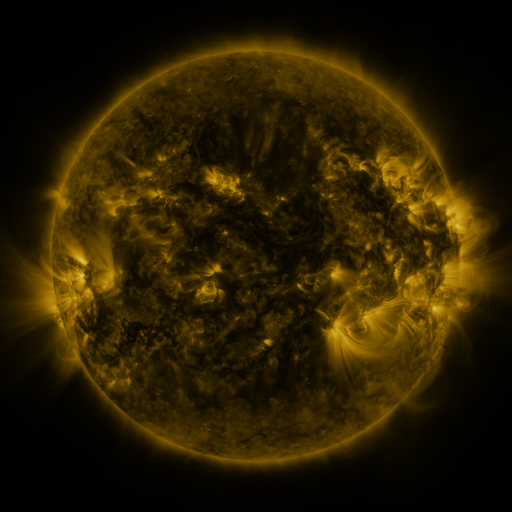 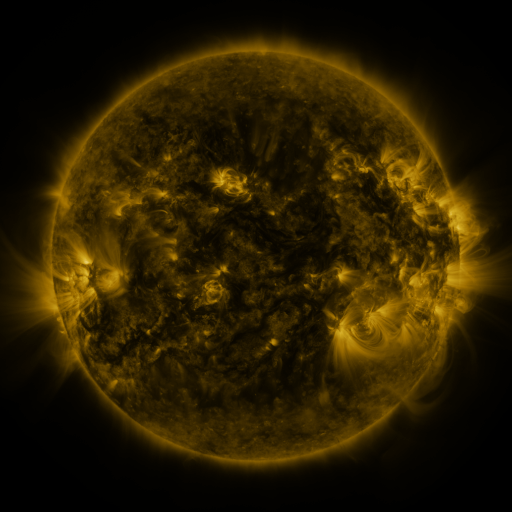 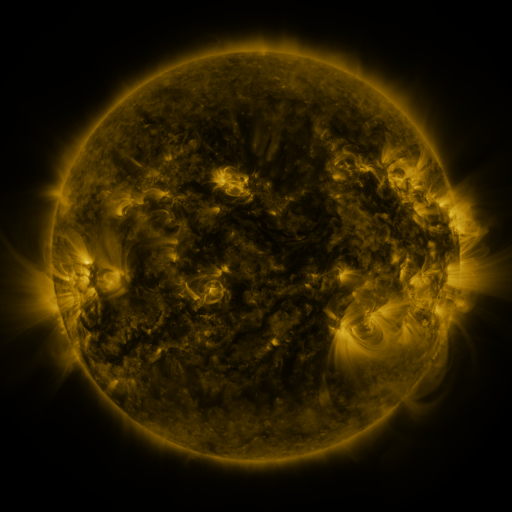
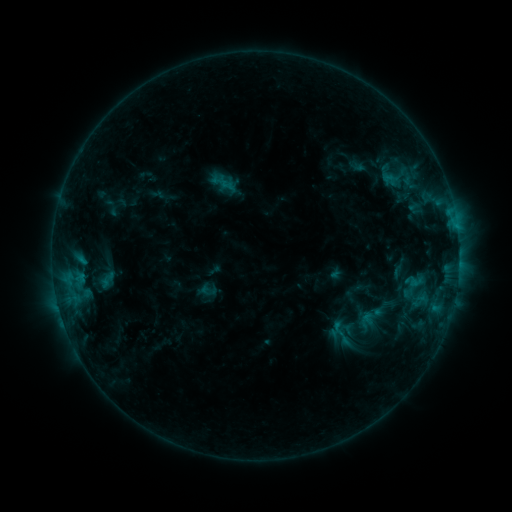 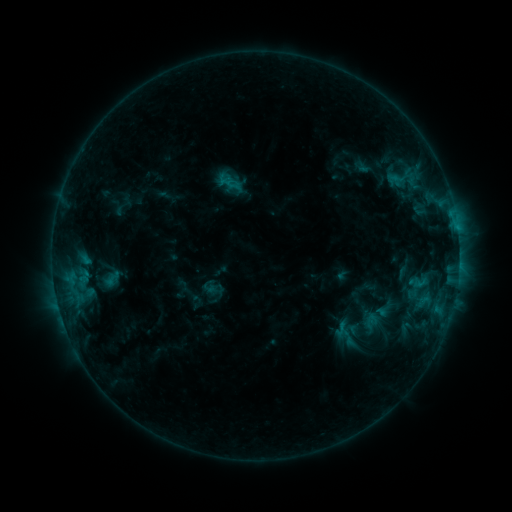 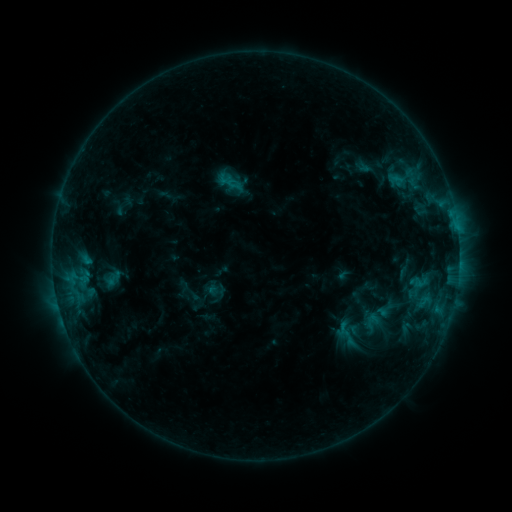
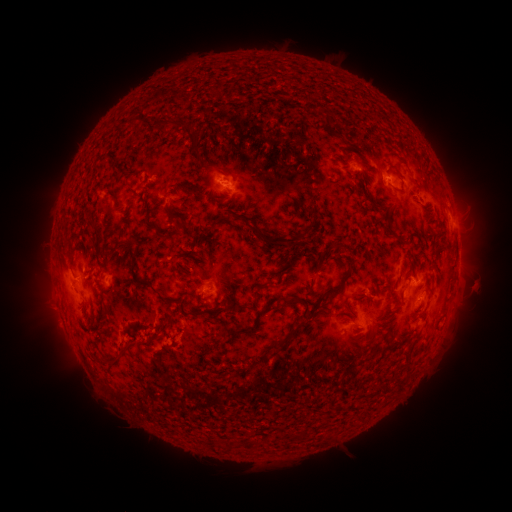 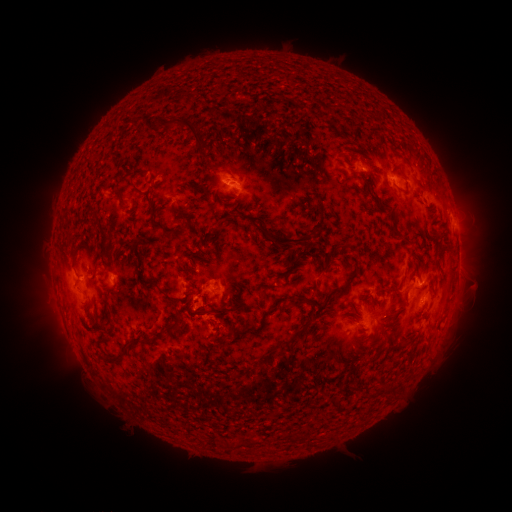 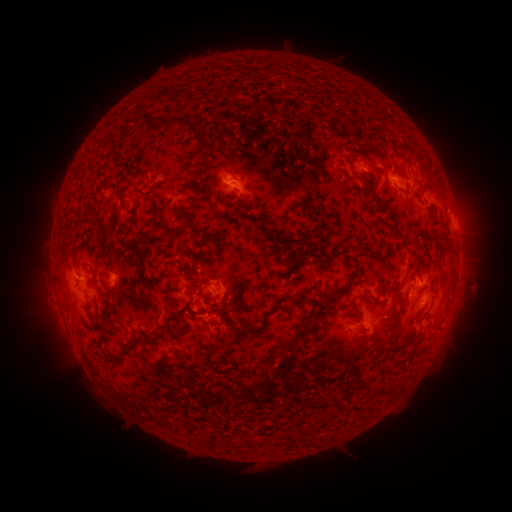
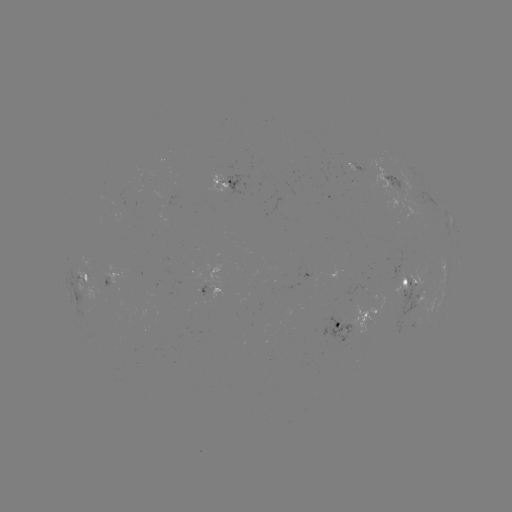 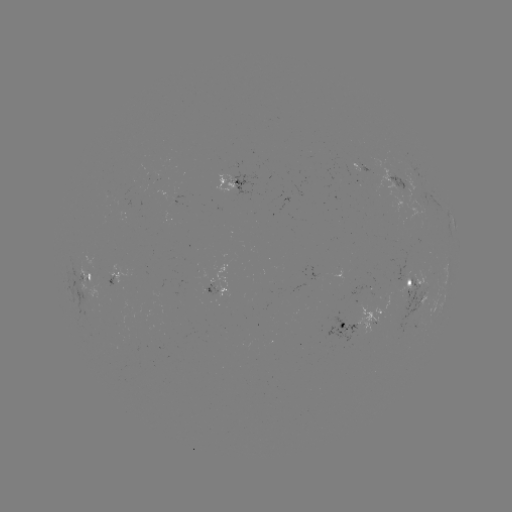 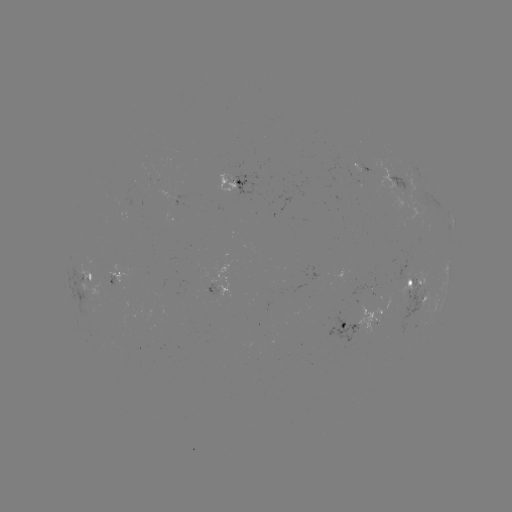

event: emerging-flux region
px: (233, 173)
